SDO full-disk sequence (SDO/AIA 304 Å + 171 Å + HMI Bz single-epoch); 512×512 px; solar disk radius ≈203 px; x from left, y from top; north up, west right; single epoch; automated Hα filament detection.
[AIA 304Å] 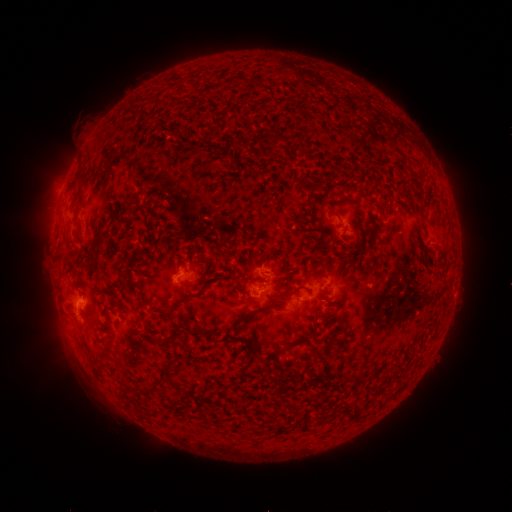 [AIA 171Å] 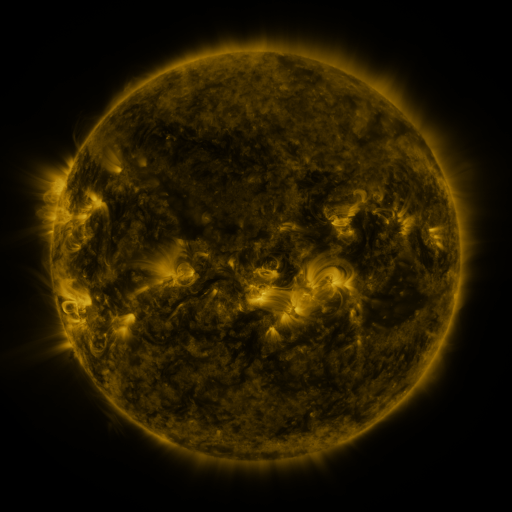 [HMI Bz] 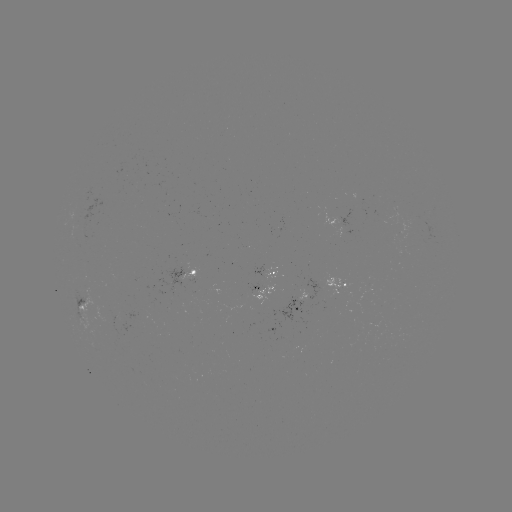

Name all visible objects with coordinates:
filament: <bbox>269, 134, 278, 149</bbox>
filament: <bbox>333, 198, 352, 206</bbox>
filament: <bbox>327, 206, 340, 220</bbox>
filament: <bbox>415, 228, 424, 250</bbox>
filament: <bbox>90, 235, 100, 254</bbox>
filament: <bbox>195, 256, 208, 267</bbox>
filament: <bbox>157, 304, 173, 312</bbox>
filament: <bbox>232, 305, 270, 328</bbox>
filament: <bbox>150, 335, 170, 344</bbox>
